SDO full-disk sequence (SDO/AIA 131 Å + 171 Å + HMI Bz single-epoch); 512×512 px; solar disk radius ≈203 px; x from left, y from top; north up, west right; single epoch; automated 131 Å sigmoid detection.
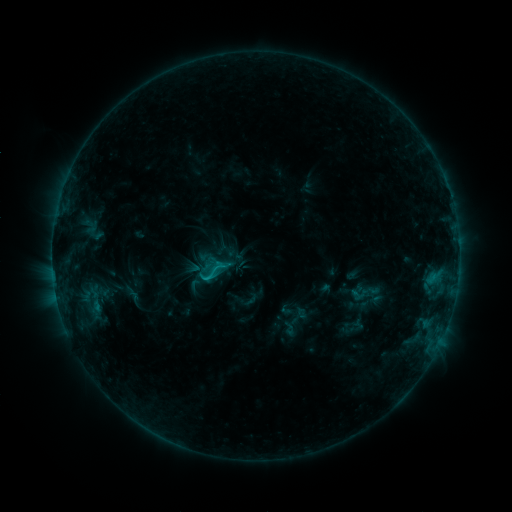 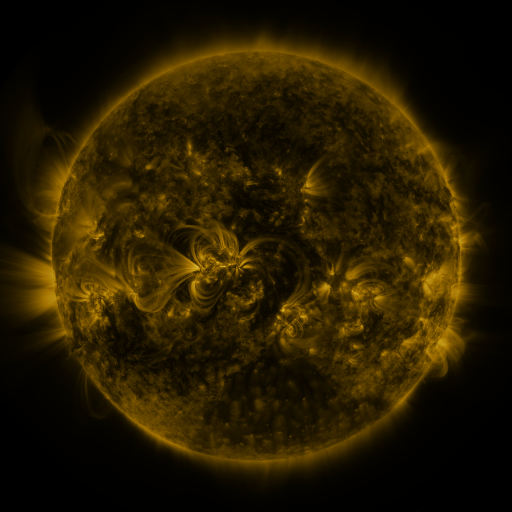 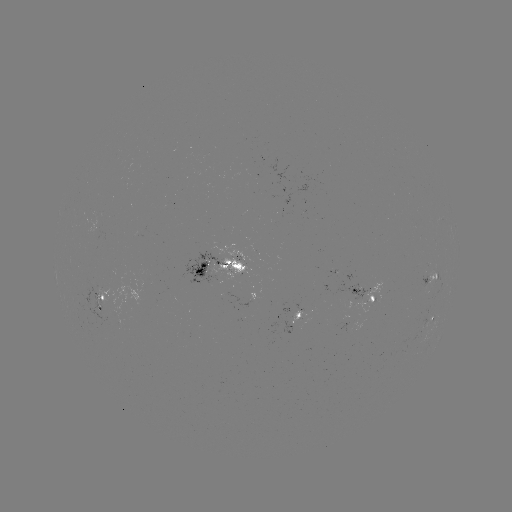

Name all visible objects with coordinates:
sigmoid: [197, 257, 229, 286]
